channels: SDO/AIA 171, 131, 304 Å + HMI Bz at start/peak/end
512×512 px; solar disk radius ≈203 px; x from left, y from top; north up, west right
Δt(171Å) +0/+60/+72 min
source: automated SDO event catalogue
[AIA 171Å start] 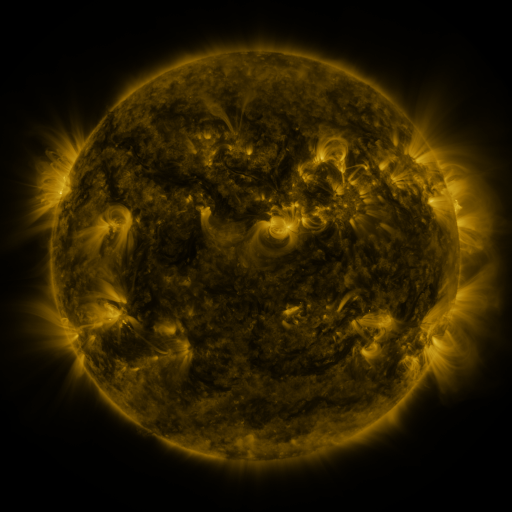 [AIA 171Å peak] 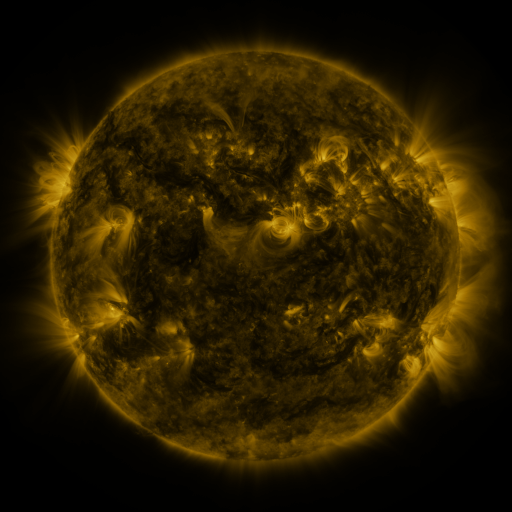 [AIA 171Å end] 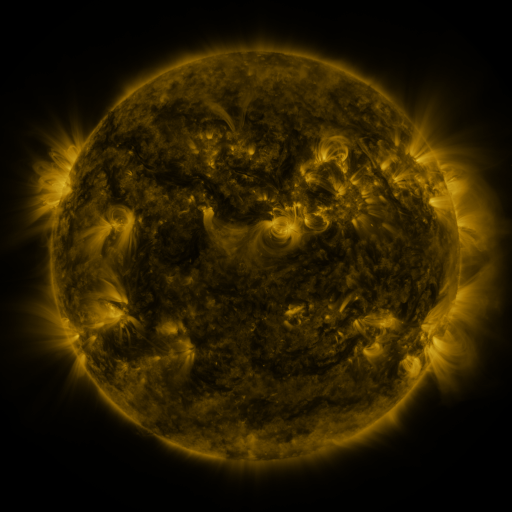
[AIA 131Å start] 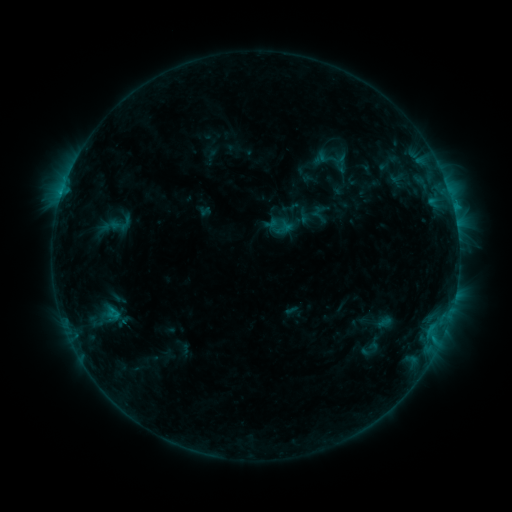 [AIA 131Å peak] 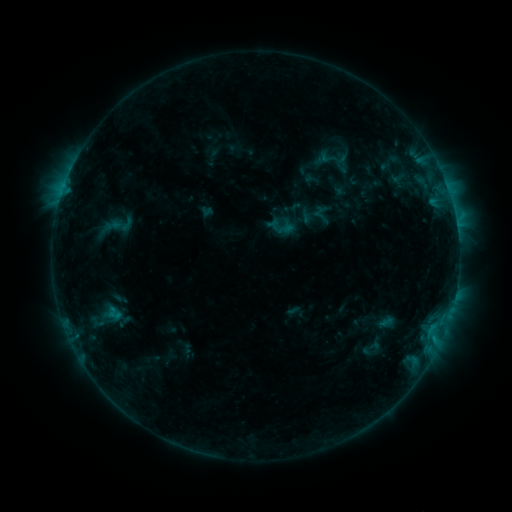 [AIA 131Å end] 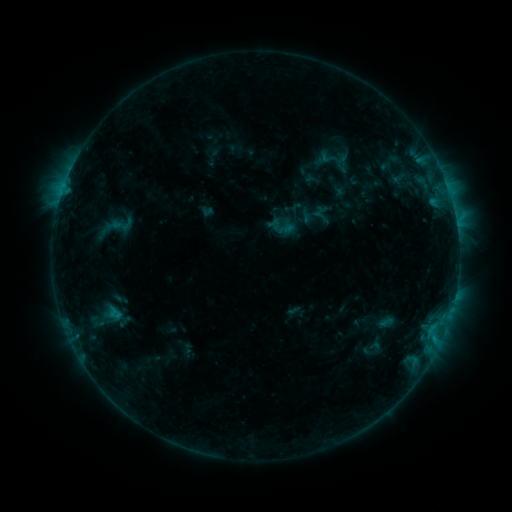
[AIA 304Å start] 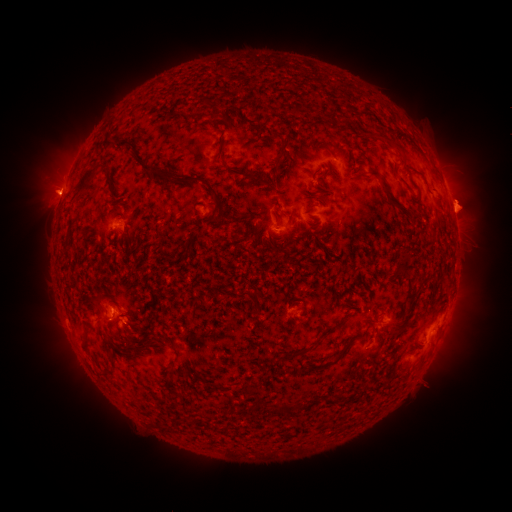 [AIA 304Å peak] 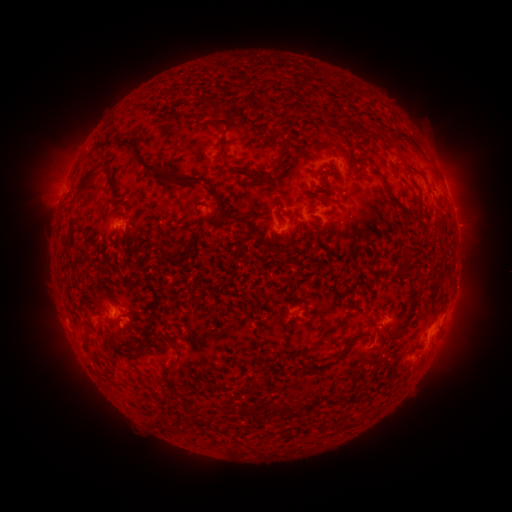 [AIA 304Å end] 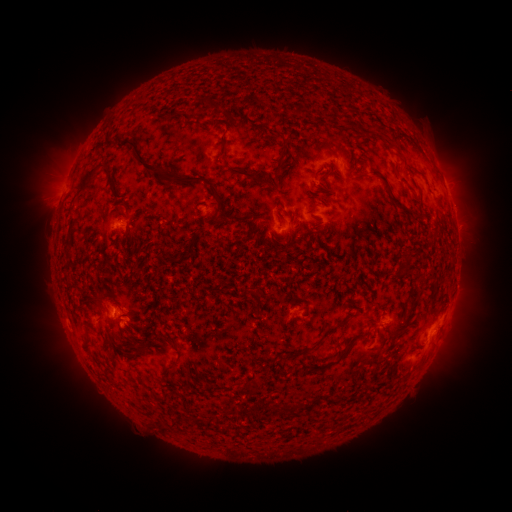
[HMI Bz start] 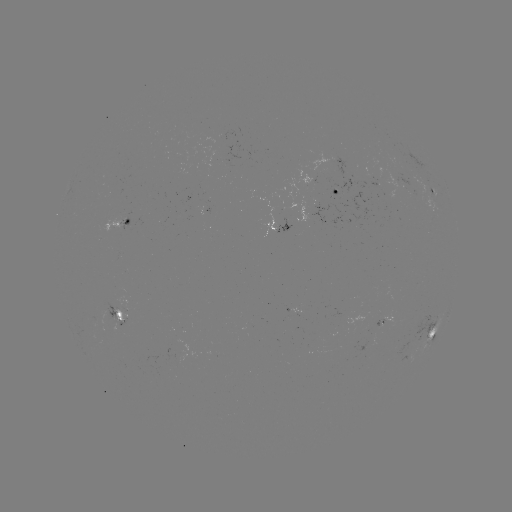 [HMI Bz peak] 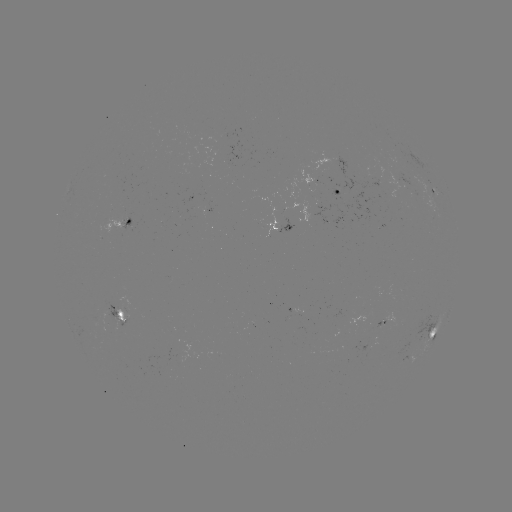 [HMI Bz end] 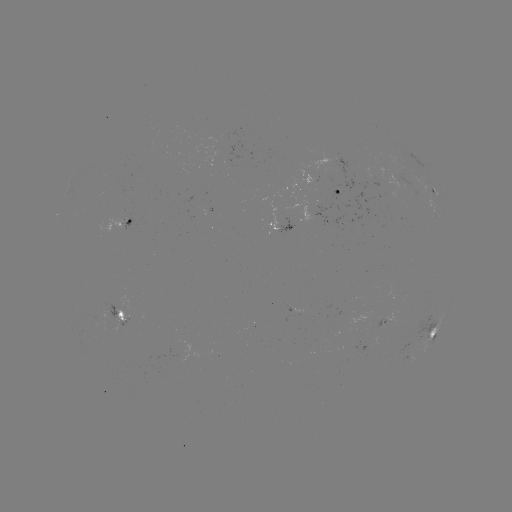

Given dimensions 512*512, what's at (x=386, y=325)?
emerging-flux region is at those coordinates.